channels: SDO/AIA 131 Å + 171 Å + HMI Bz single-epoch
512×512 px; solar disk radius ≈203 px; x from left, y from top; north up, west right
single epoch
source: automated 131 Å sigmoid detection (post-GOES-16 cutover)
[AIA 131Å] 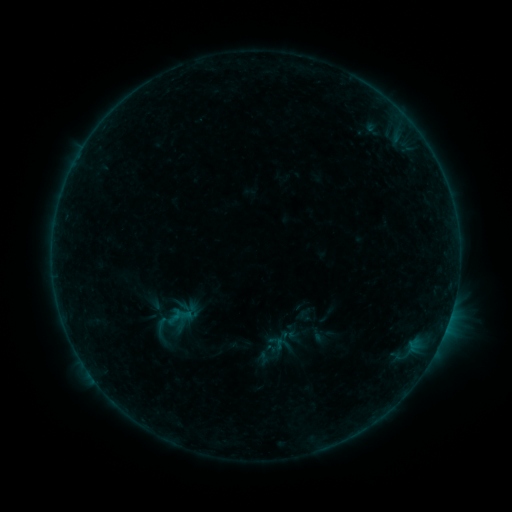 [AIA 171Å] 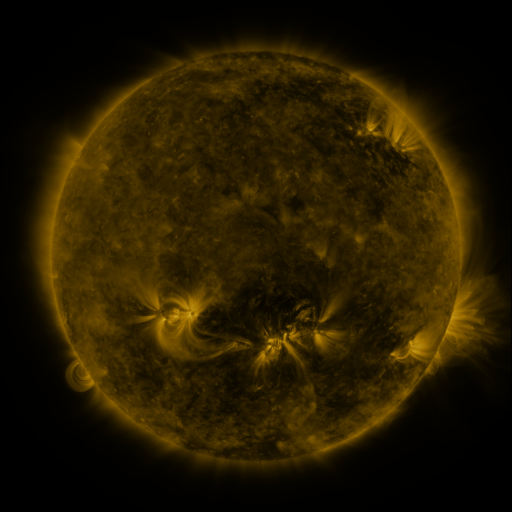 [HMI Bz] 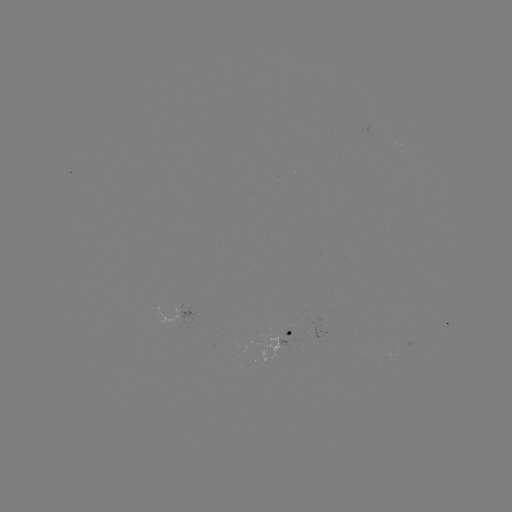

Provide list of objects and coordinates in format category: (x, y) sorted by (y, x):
sigmoid: (161, 326)
